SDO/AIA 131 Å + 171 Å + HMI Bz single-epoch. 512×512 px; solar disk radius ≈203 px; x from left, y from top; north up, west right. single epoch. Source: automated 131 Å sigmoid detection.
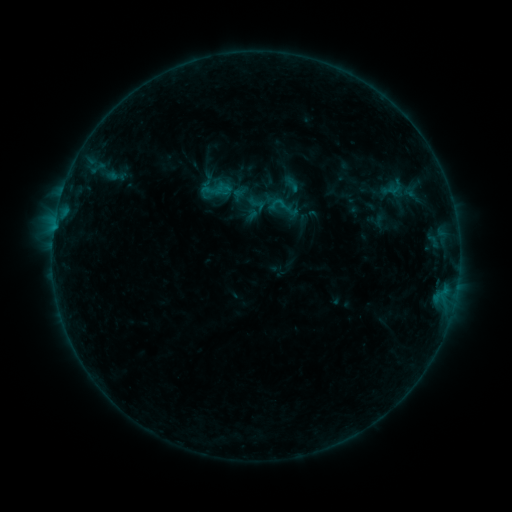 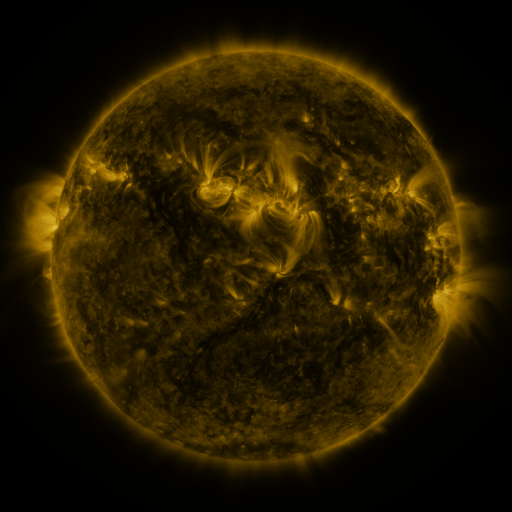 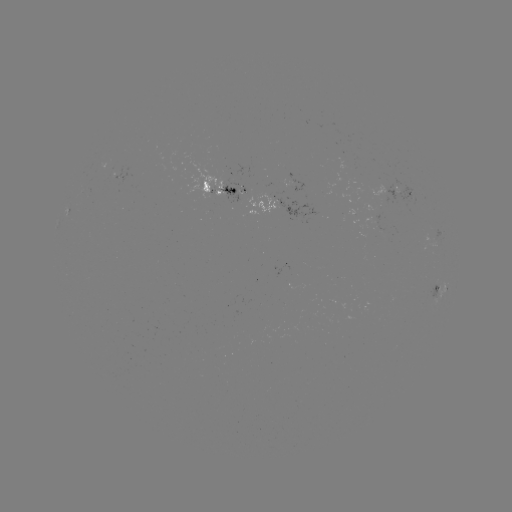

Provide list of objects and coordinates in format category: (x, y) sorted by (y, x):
sigmoid: (293, 184)
sigmoid: (218, 189)
sigmoid: (258, 204)
